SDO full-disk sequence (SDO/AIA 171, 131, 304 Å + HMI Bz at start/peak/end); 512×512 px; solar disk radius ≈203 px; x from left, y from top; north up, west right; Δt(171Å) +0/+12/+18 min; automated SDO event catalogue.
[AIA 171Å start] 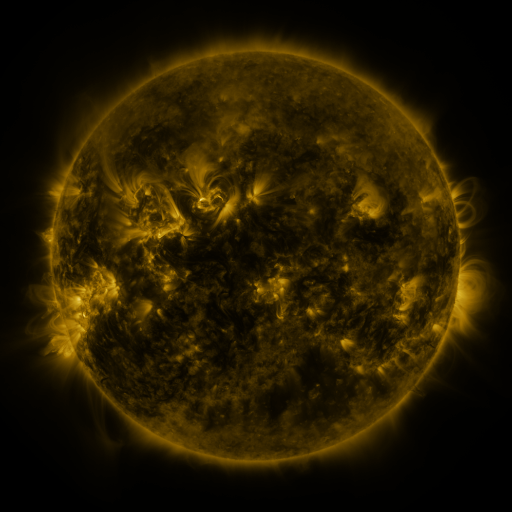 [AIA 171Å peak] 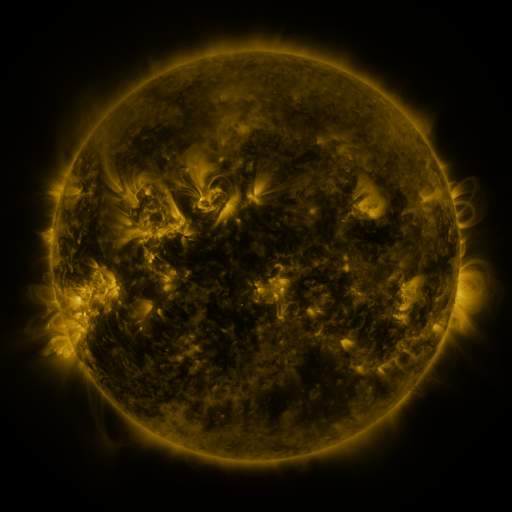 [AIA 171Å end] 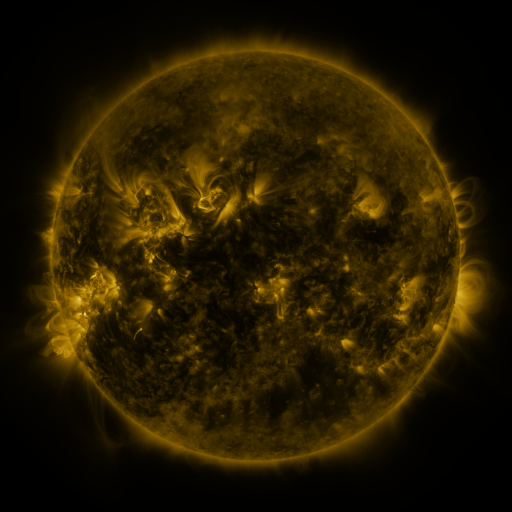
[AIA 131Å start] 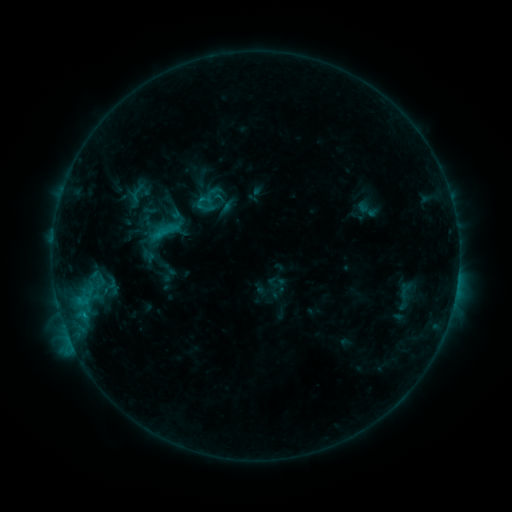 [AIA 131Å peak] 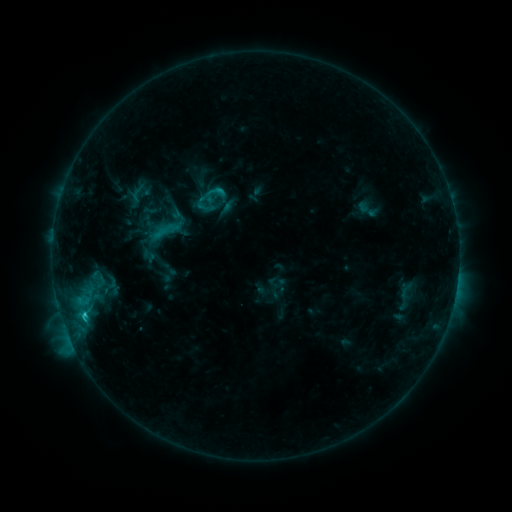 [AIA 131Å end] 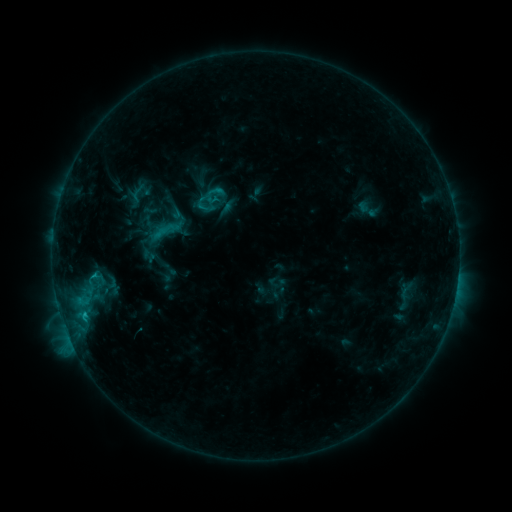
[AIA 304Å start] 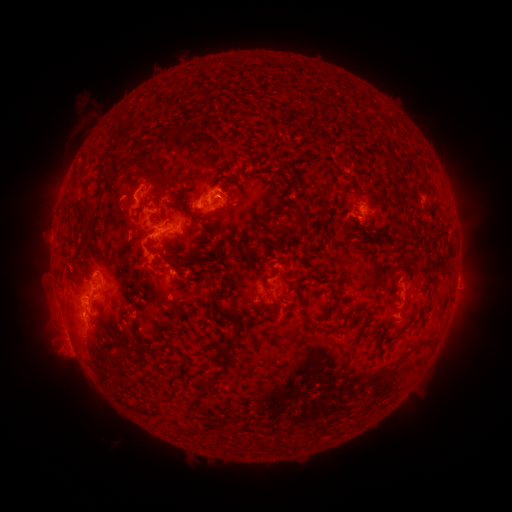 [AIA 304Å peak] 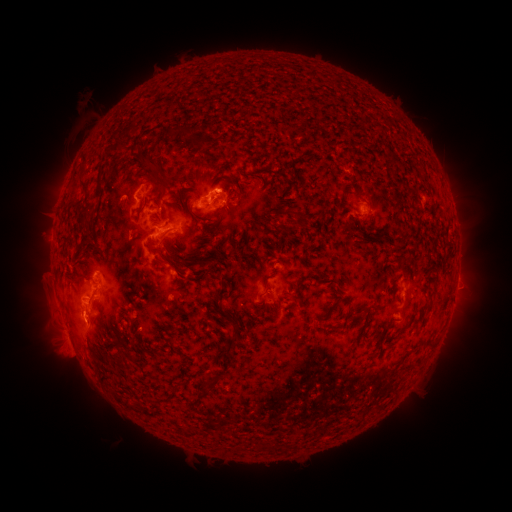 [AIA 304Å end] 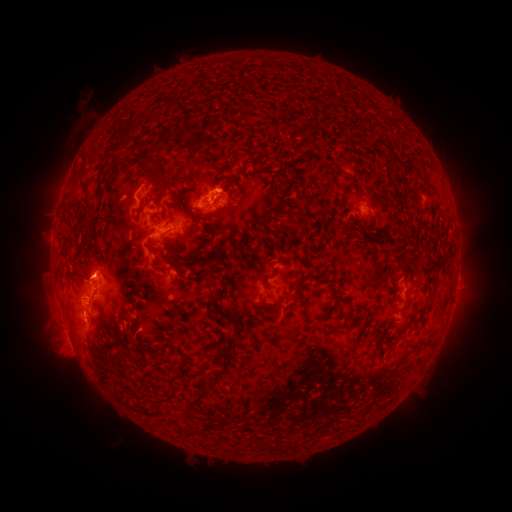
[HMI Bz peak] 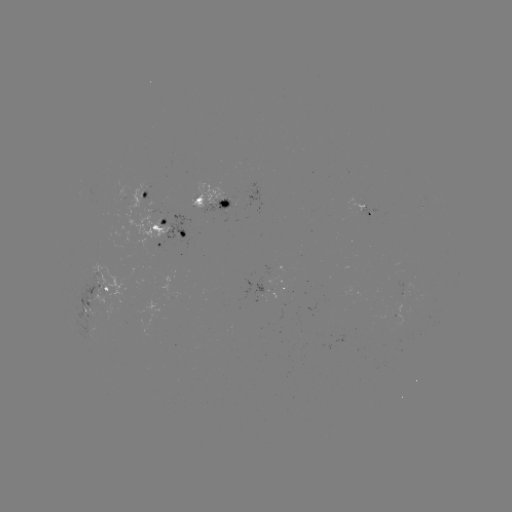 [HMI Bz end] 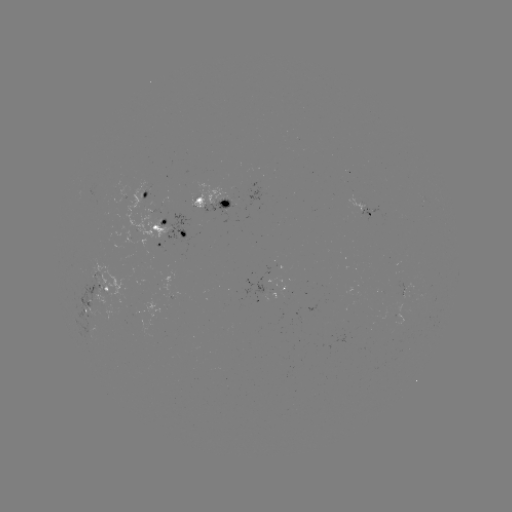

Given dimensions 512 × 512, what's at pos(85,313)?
C2.1 flare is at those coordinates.